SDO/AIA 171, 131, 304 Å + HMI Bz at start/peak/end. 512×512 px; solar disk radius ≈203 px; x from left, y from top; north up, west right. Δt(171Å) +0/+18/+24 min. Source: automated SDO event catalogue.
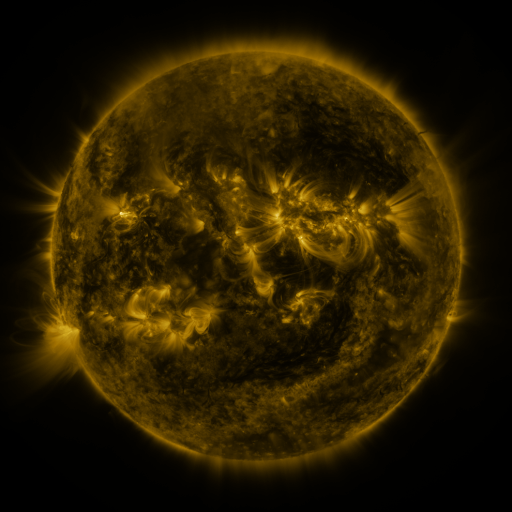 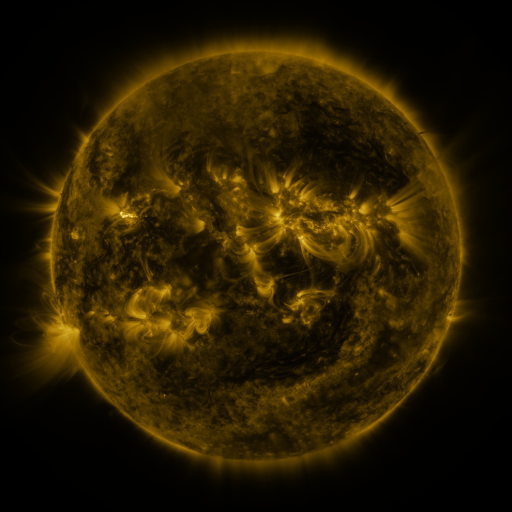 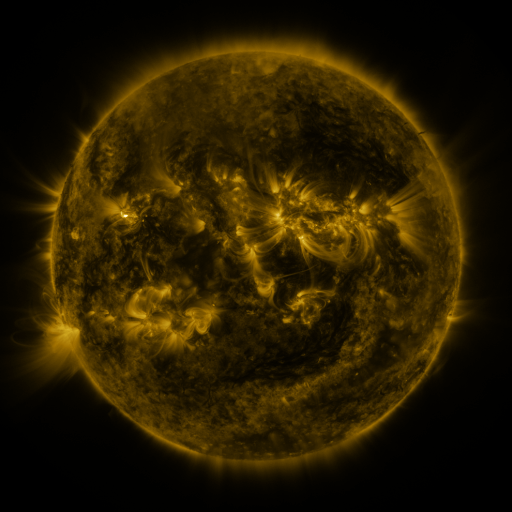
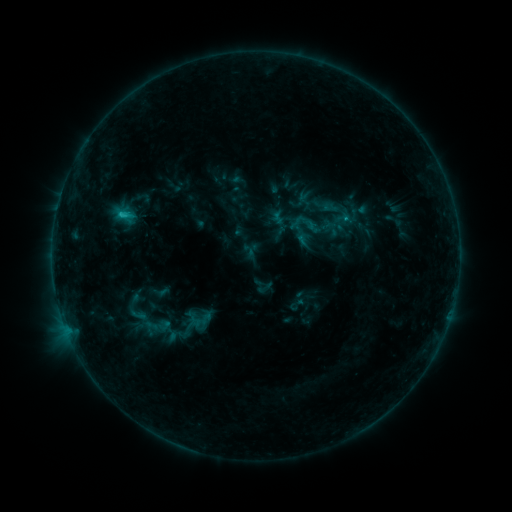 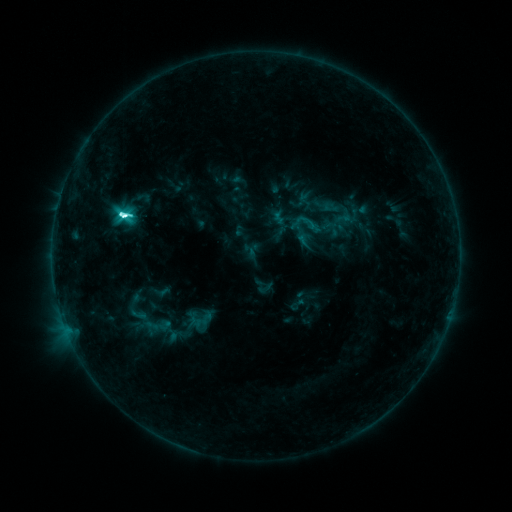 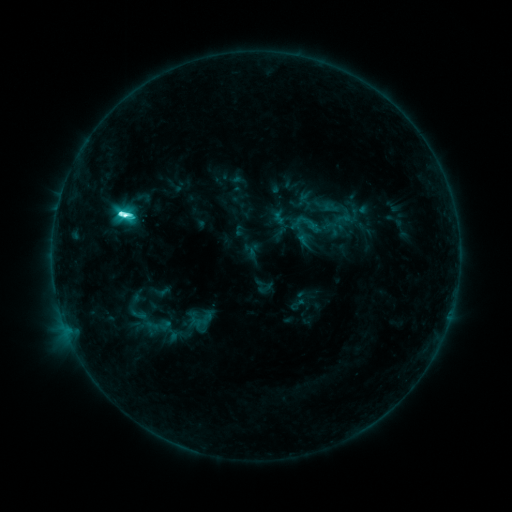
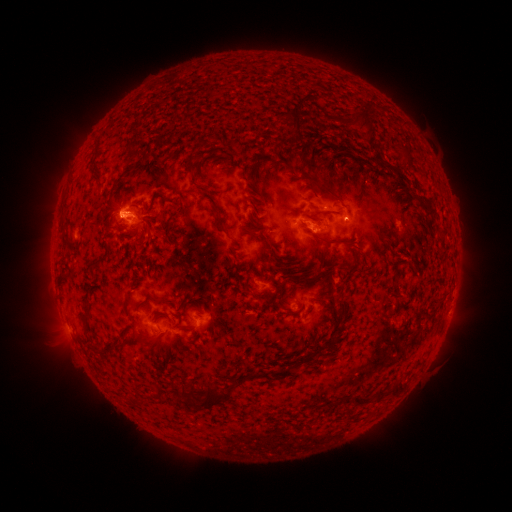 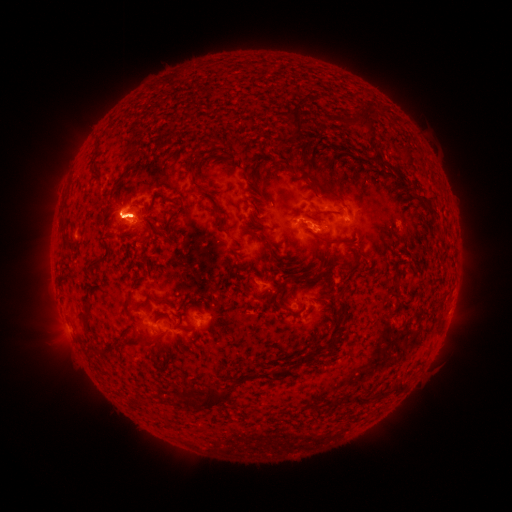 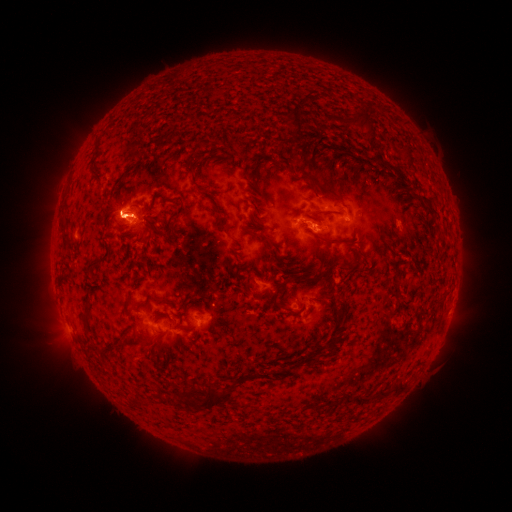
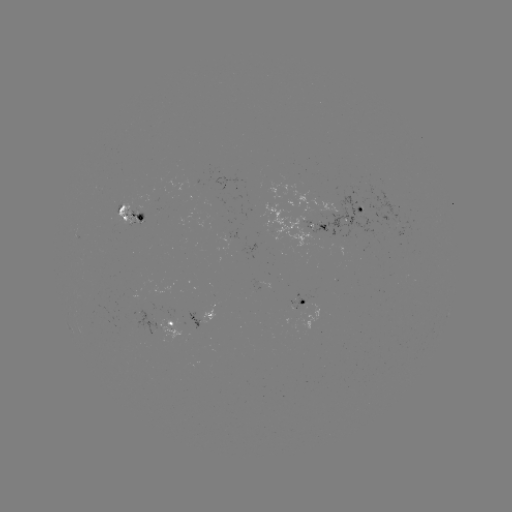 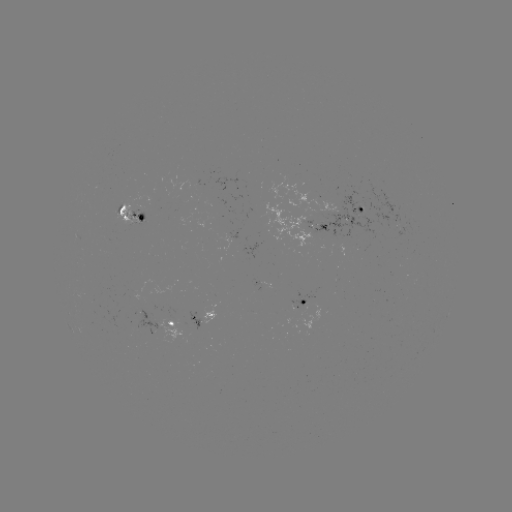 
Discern M1.0 flare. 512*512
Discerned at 123,215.